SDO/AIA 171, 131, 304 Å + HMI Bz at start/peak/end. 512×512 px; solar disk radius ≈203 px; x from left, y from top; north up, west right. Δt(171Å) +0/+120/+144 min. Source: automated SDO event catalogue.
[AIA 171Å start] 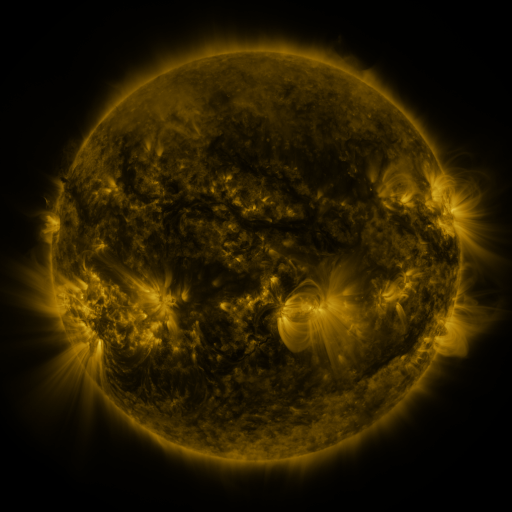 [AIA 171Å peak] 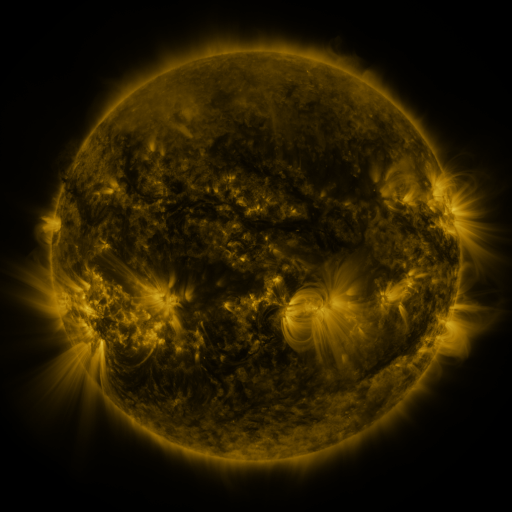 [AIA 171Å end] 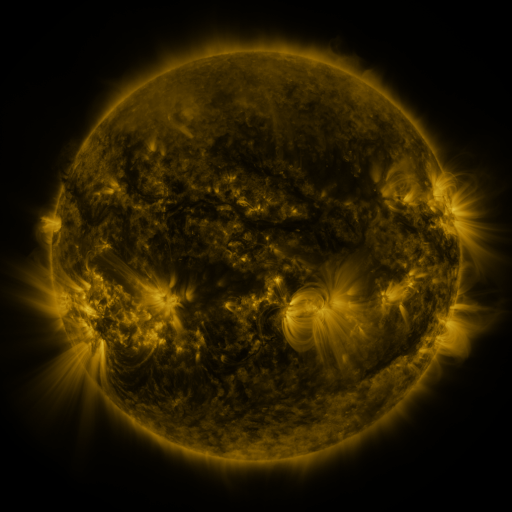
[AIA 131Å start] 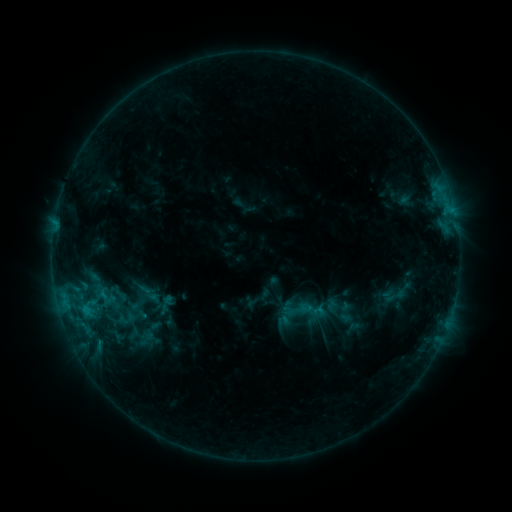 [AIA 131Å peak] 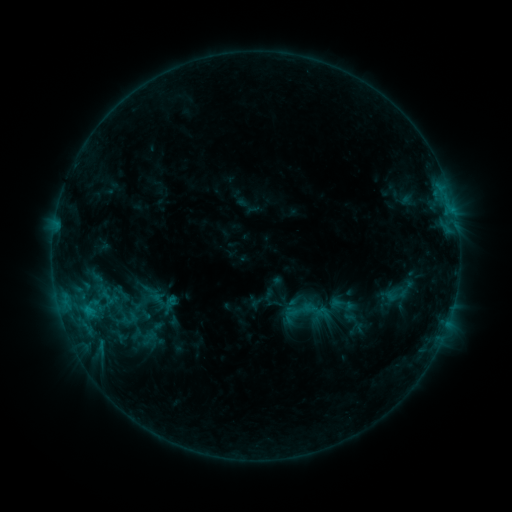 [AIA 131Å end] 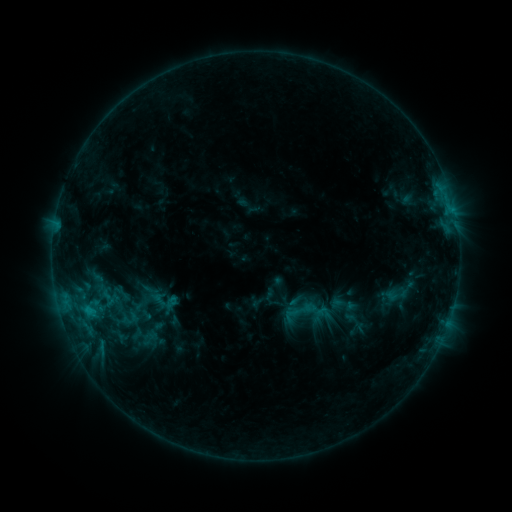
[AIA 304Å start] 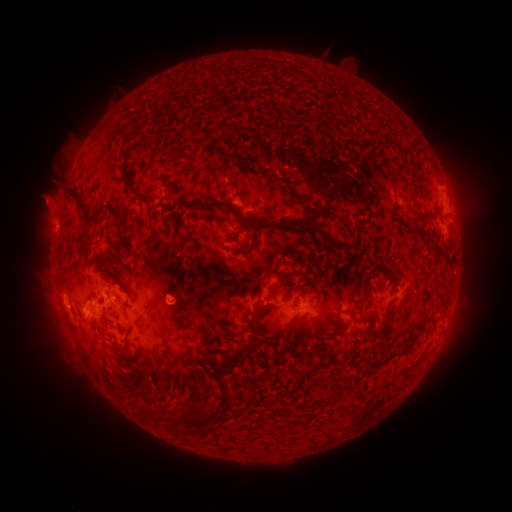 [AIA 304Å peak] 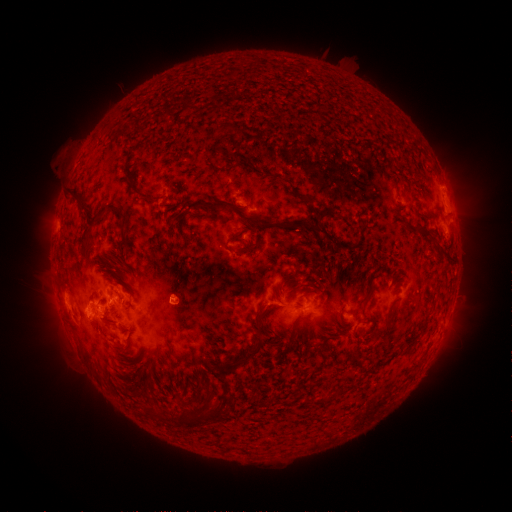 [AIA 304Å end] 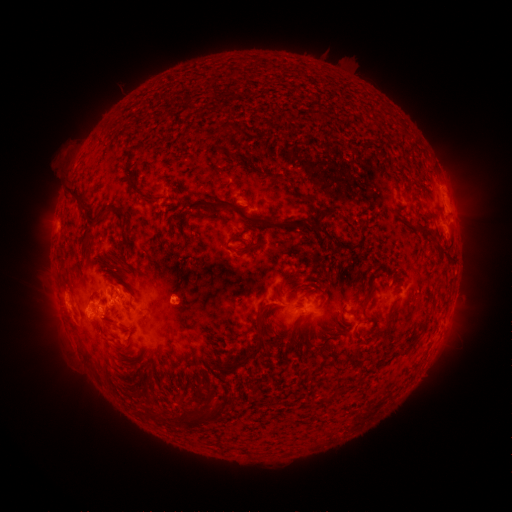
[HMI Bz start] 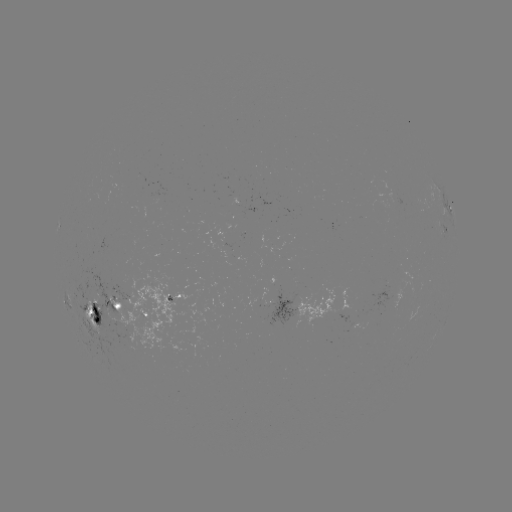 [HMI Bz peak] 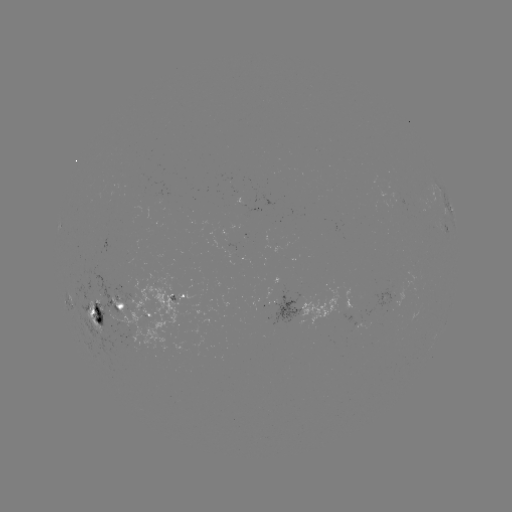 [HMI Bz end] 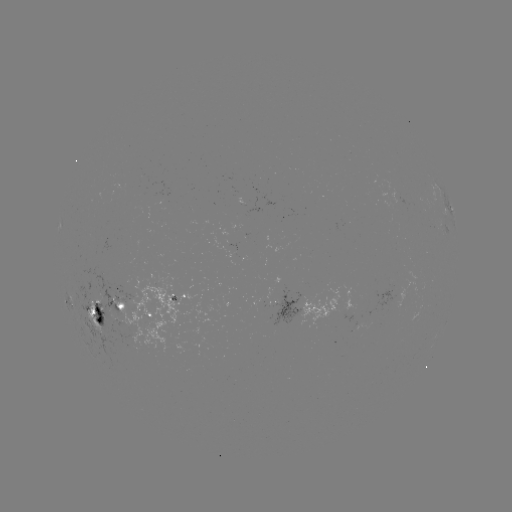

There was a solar emerging-flux region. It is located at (91, 303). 